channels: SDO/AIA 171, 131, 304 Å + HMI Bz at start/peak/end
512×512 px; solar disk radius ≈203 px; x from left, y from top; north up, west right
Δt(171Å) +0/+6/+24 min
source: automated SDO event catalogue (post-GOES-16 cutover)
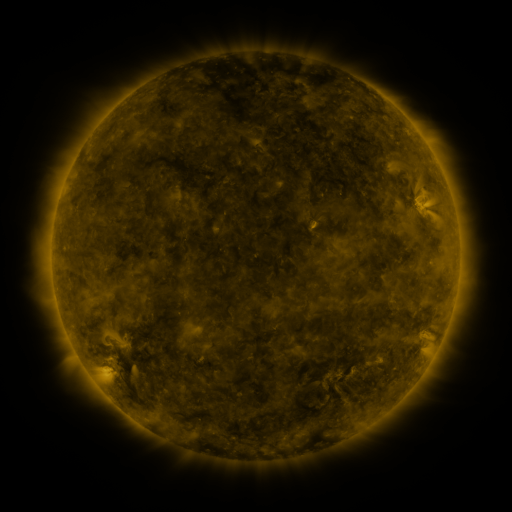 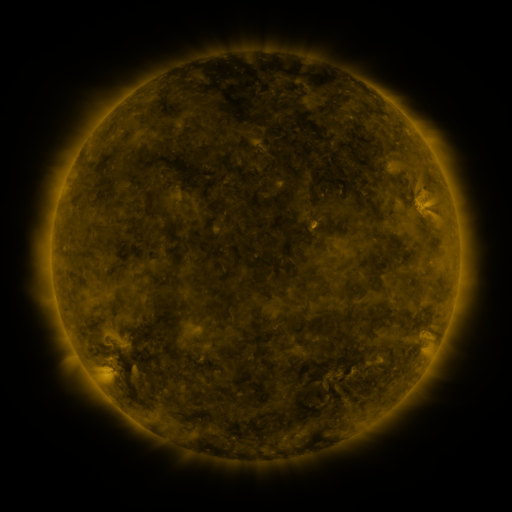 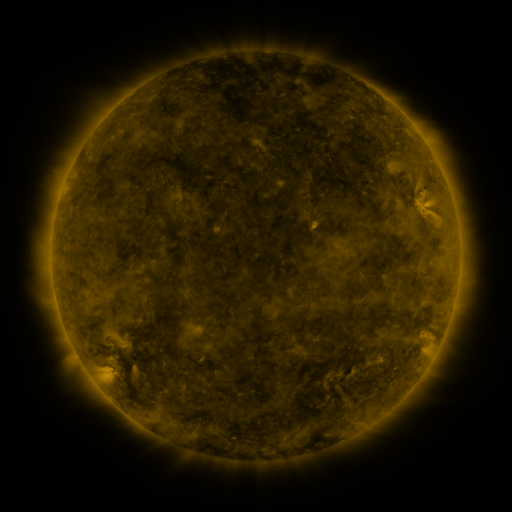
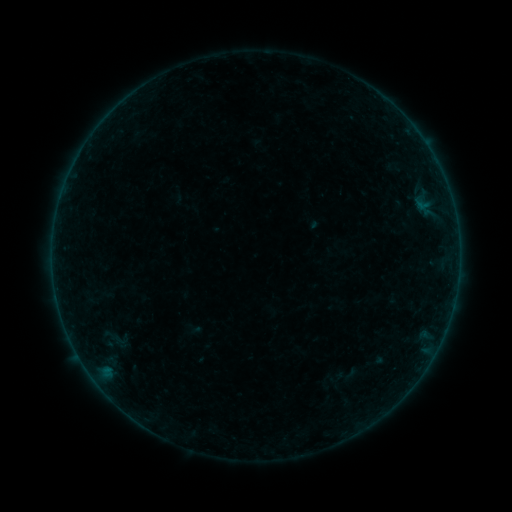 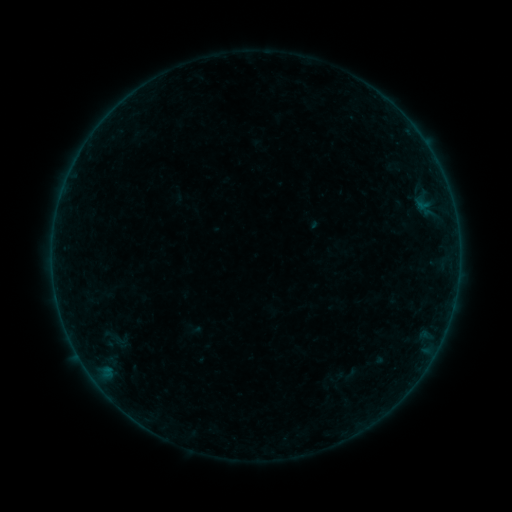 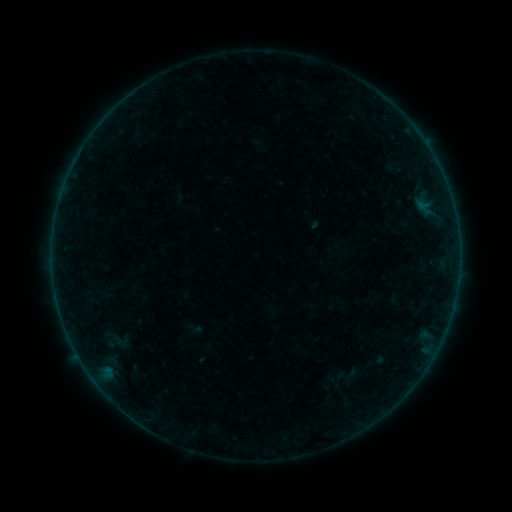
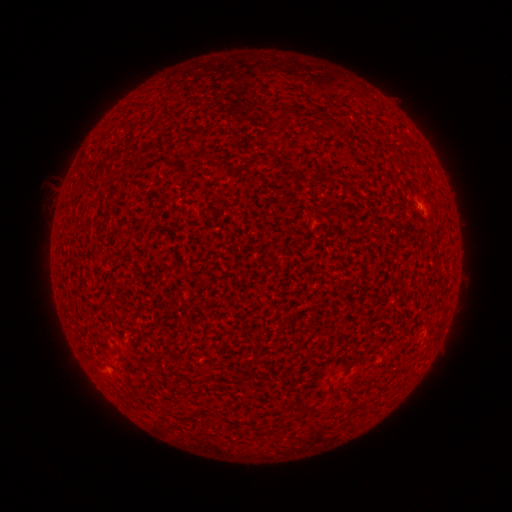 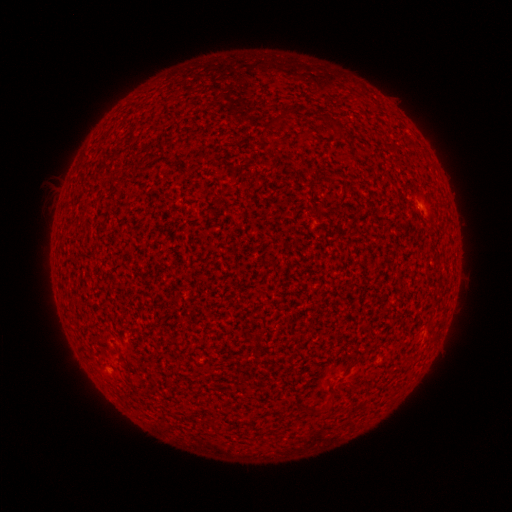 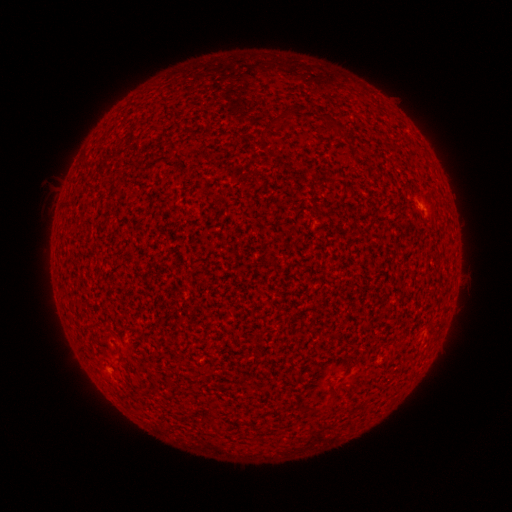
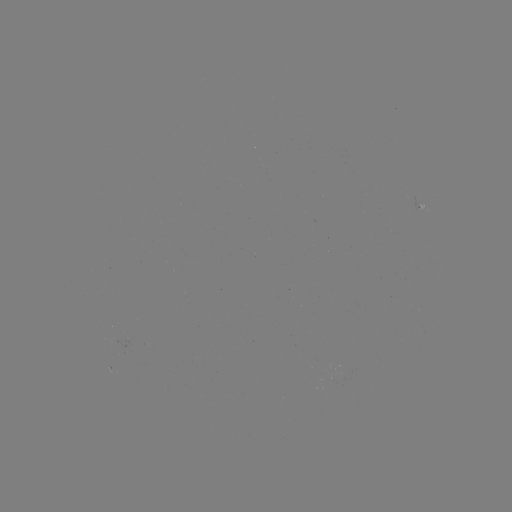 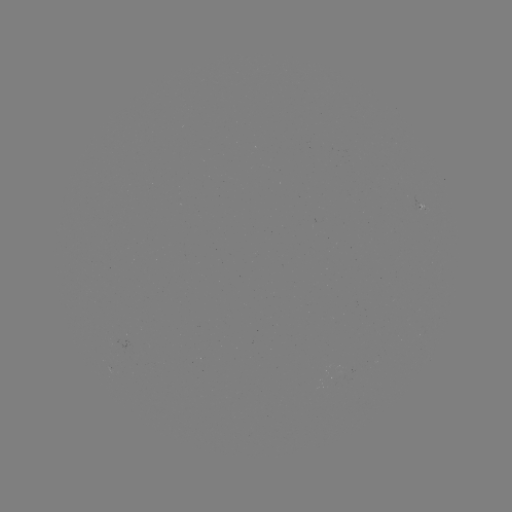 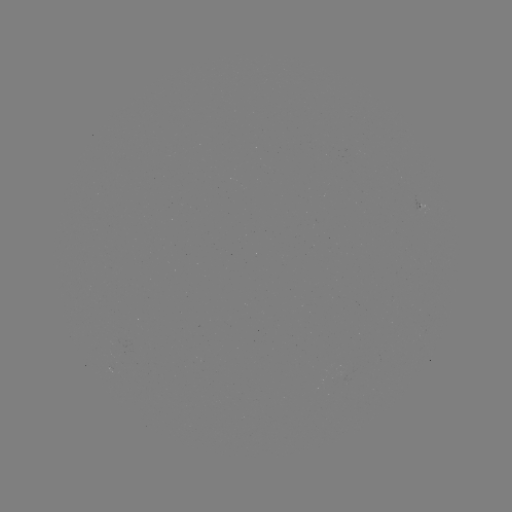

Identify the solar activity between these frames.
A2.2 flare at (108, 371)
